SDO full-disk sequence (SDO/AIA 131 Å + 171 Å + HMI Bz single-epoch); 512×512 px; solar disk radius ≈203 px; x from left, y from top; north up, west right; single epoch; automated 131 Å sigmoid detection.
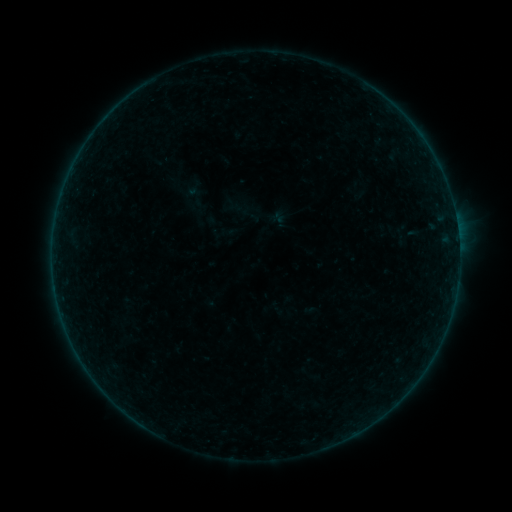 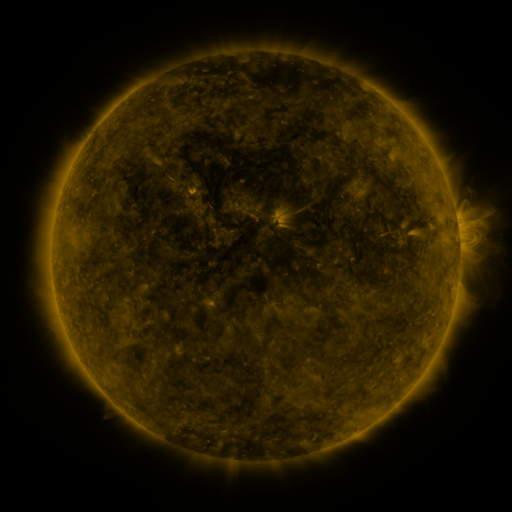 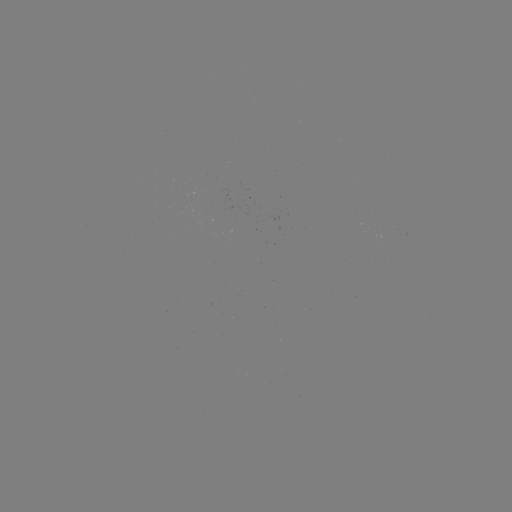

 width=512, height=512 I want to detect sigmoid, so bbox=[385, 226, 412, 248].